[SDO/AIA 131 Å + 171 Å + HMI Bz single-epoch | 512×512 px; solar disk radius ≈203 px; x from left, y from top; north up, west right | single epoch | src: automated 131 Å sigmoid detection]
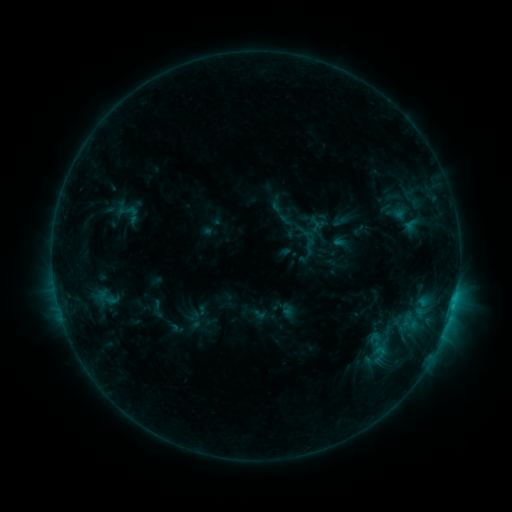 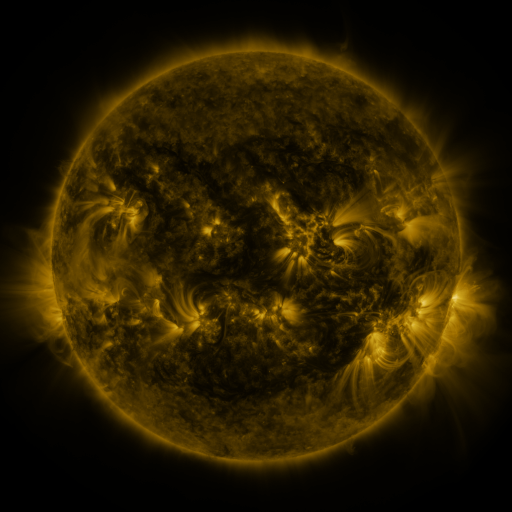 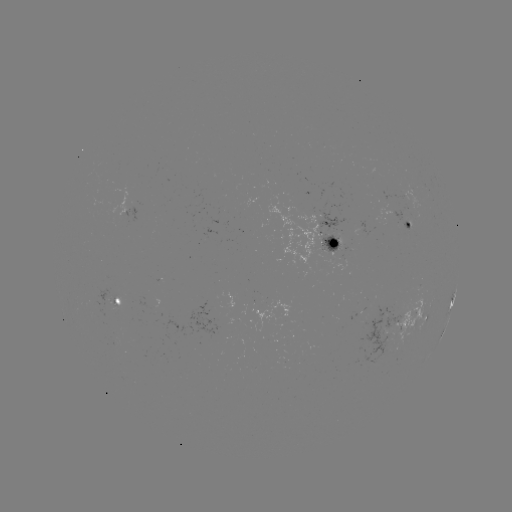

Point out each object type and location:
sigmoid: (126, 210)
sigmoid: (379, 354)
